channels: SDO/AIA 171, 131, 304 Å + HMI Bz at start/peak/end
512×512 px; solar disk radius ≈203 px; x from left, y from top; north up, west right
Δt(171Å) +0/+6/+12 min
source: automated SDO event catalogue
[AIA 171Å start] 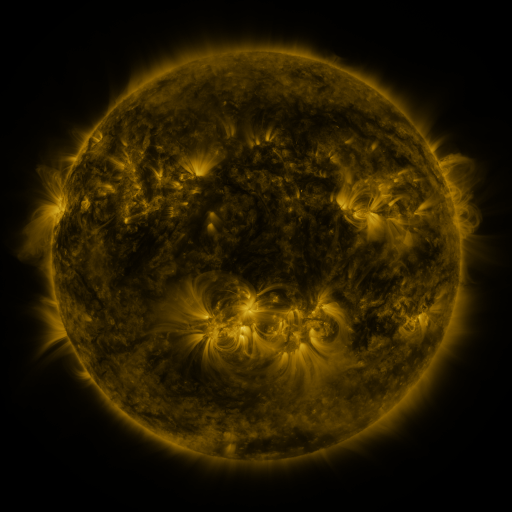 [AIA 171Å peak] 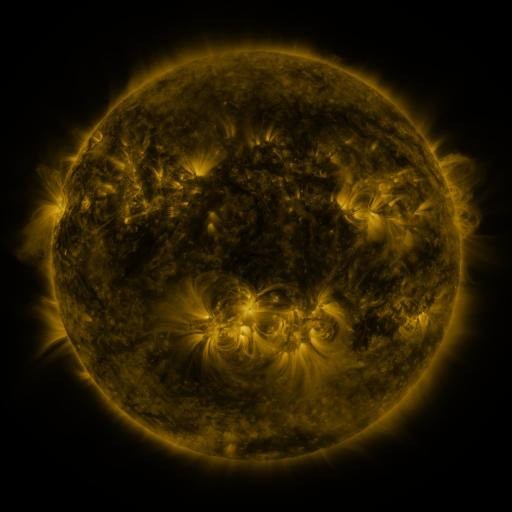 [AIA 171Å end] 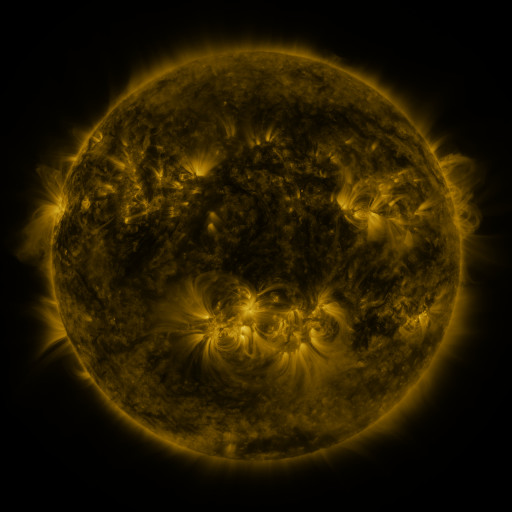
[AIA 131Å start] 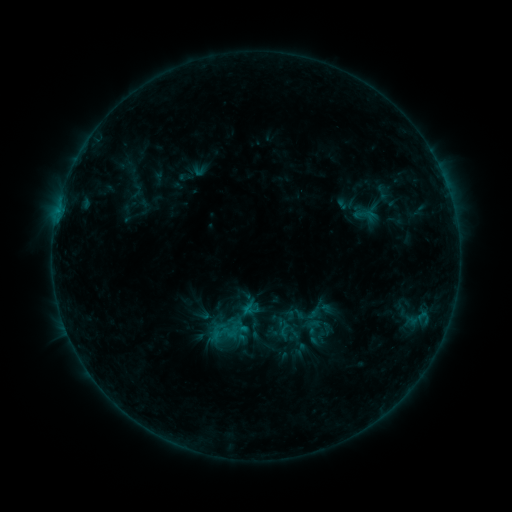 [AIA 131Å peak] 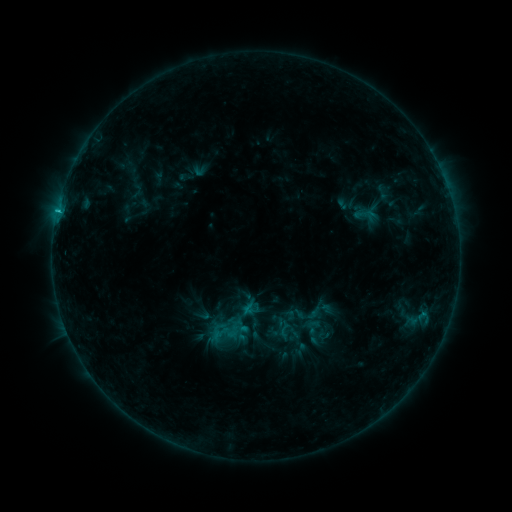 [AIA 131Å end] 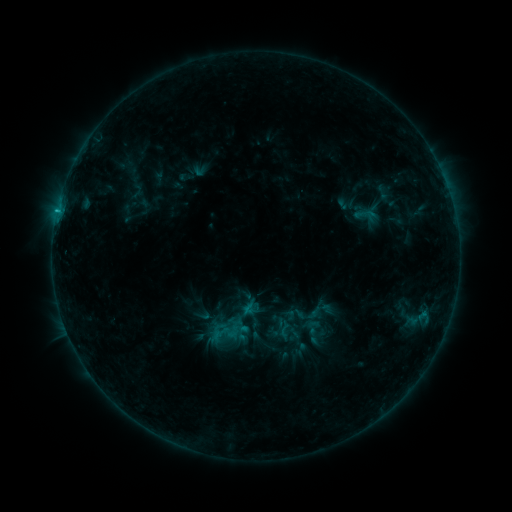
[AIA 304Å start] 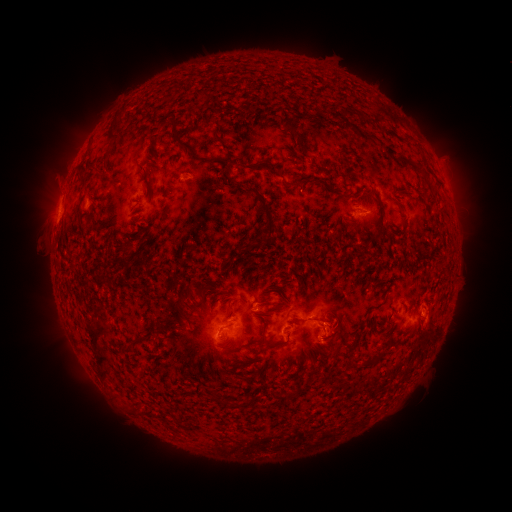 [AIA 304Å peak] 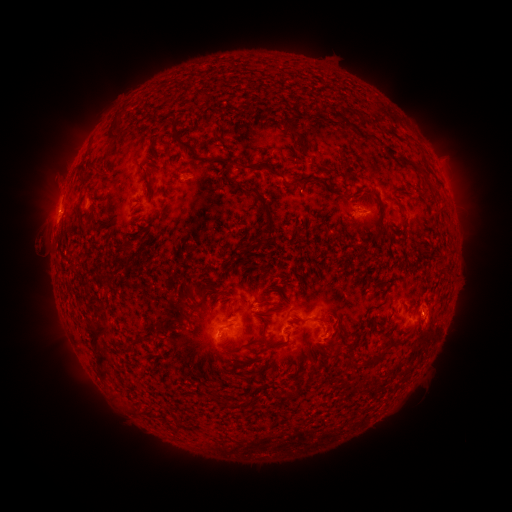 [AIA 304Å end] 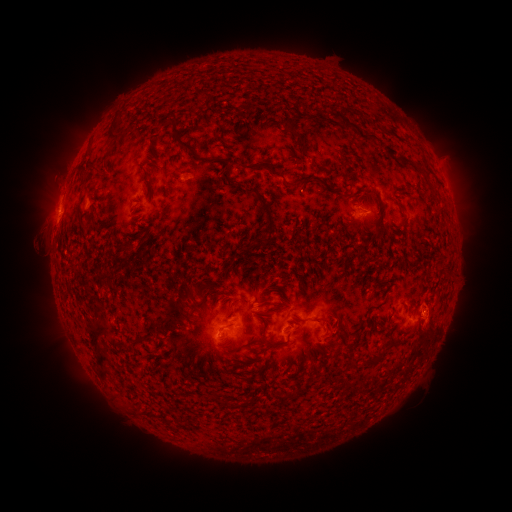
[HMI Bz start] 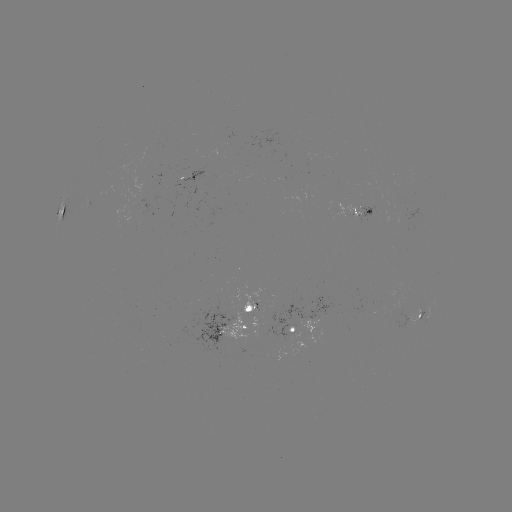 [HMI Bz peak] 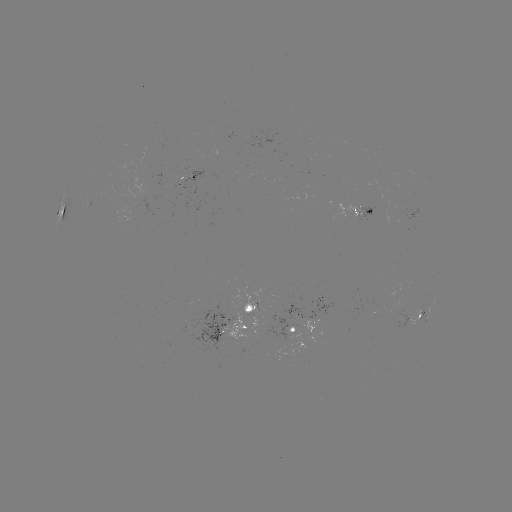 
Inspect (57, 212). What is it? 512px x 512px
B8.0 flare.